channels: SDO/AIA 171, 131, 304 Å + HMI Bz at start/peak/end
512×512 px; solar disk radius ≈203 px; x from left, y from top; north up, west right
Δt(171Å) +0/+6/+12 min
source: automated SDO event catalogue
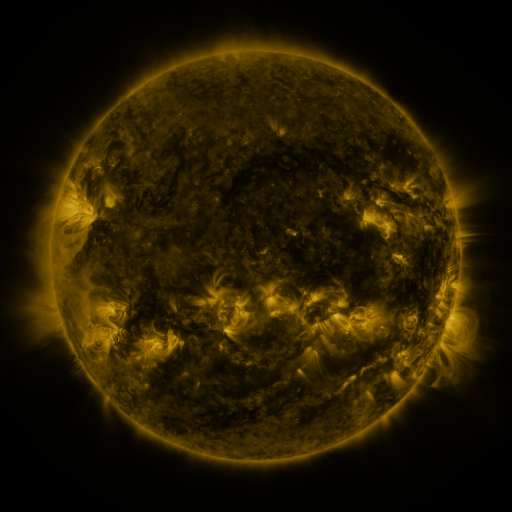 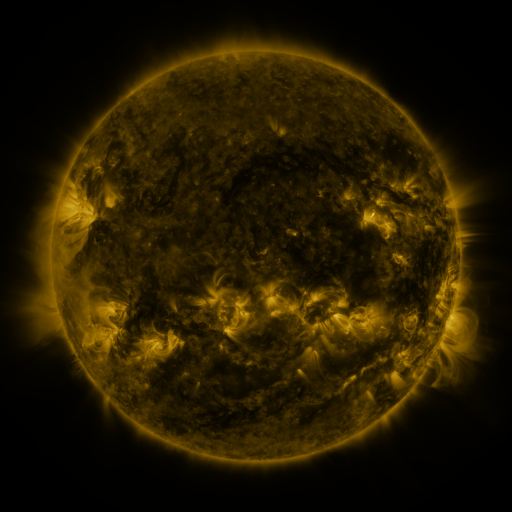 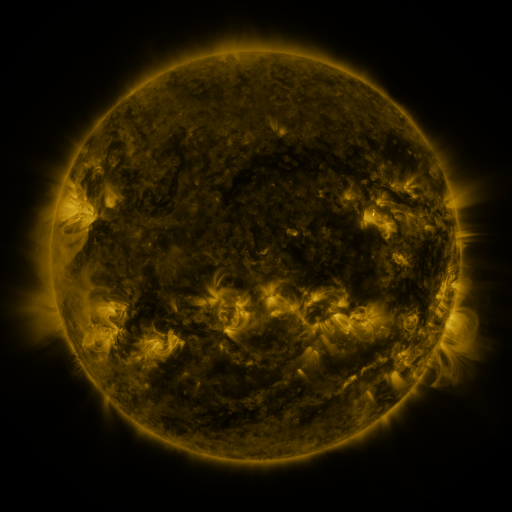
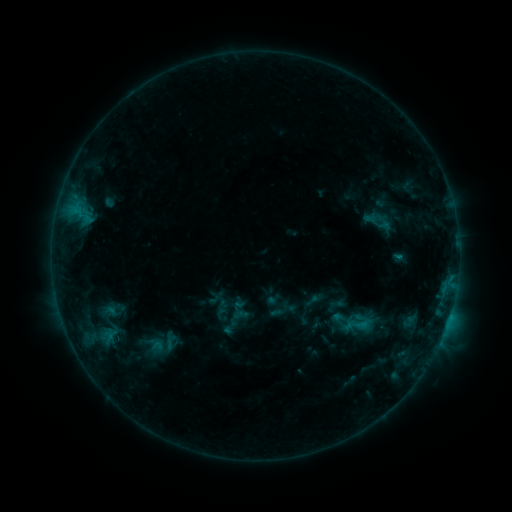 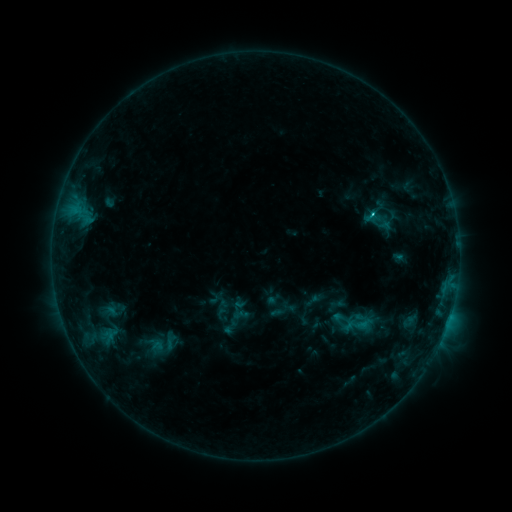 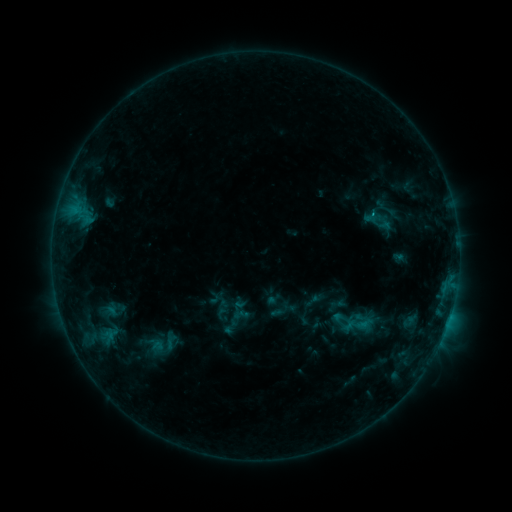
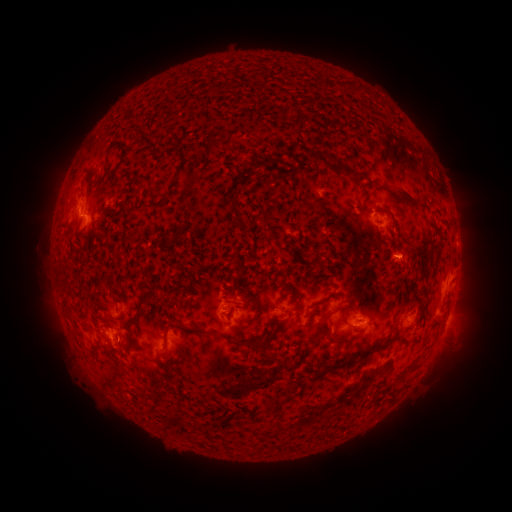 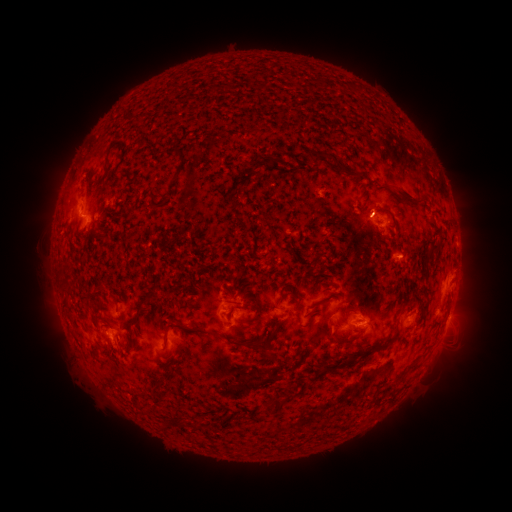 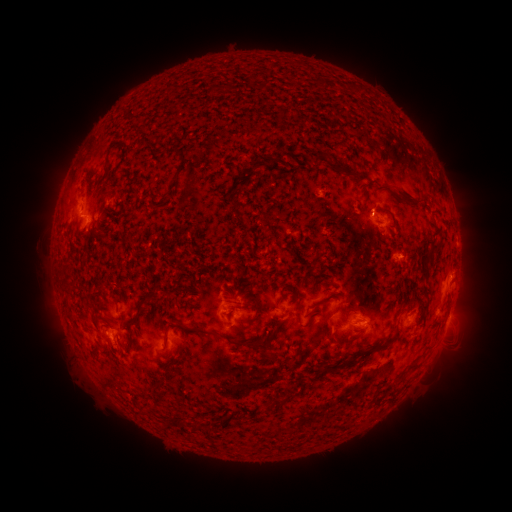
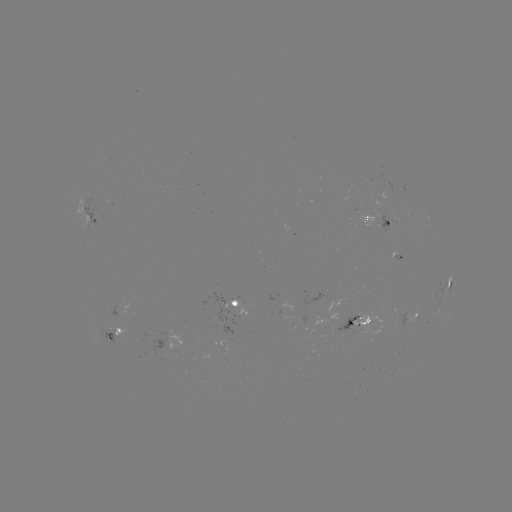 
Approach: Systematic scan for B9.4 flare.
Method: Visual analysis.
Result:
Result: B9.4 flare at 370,215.